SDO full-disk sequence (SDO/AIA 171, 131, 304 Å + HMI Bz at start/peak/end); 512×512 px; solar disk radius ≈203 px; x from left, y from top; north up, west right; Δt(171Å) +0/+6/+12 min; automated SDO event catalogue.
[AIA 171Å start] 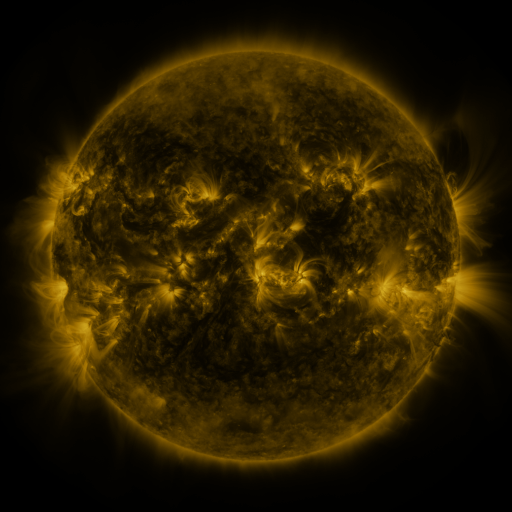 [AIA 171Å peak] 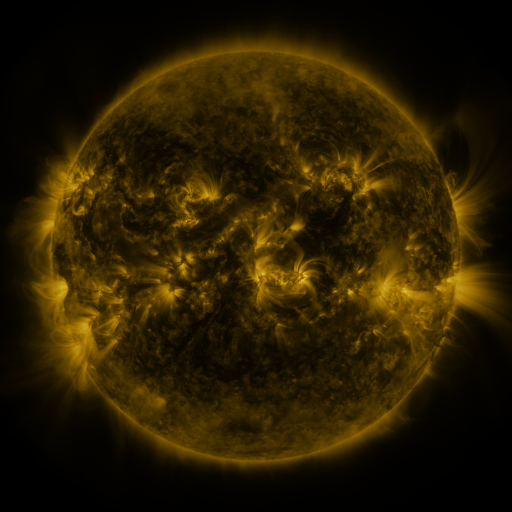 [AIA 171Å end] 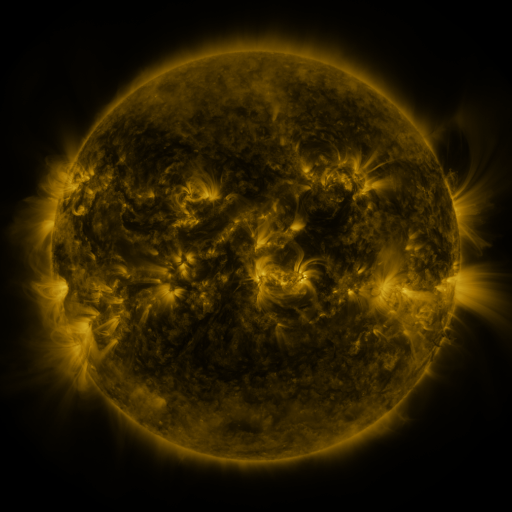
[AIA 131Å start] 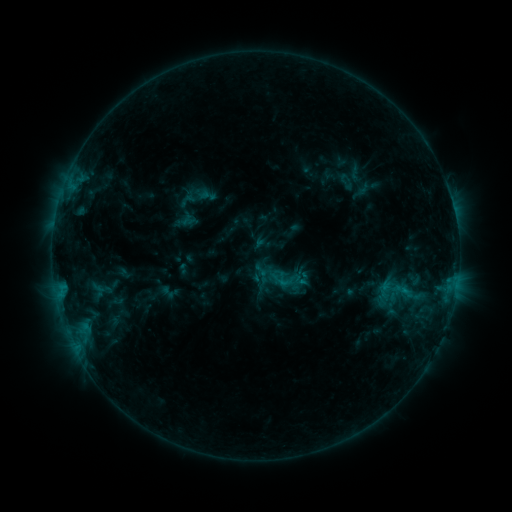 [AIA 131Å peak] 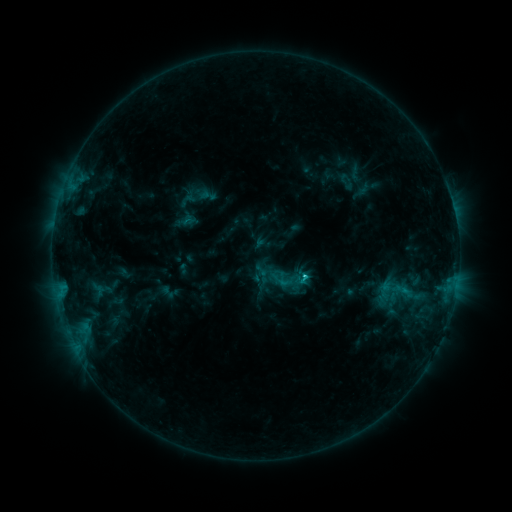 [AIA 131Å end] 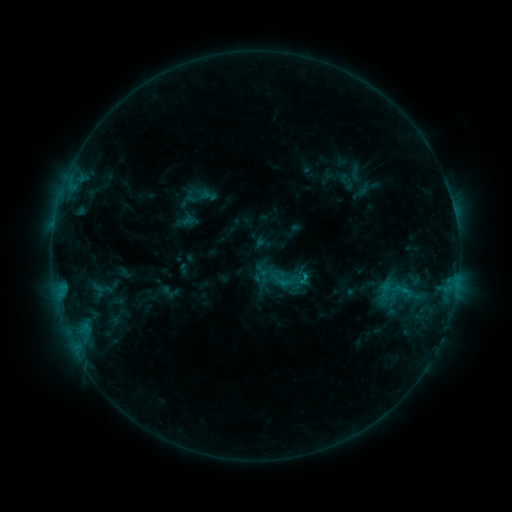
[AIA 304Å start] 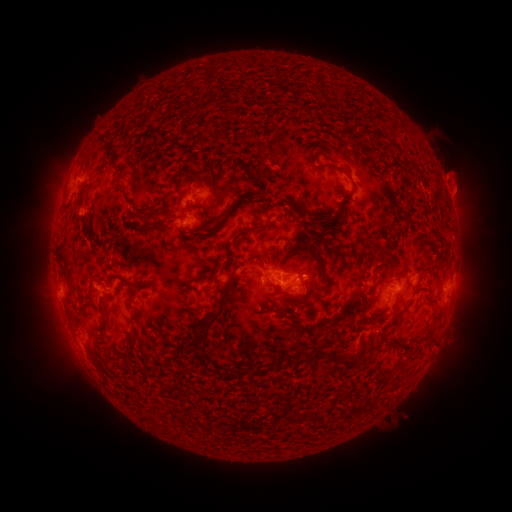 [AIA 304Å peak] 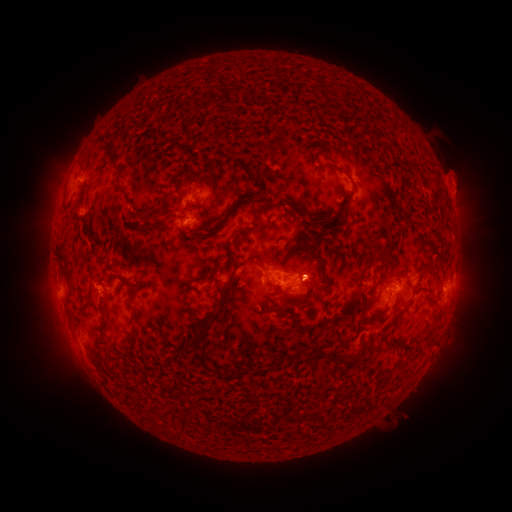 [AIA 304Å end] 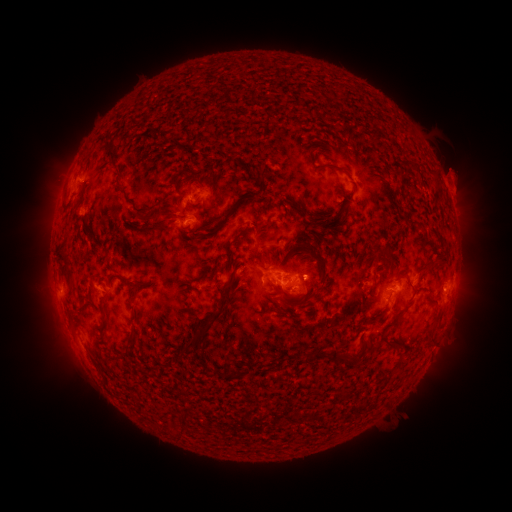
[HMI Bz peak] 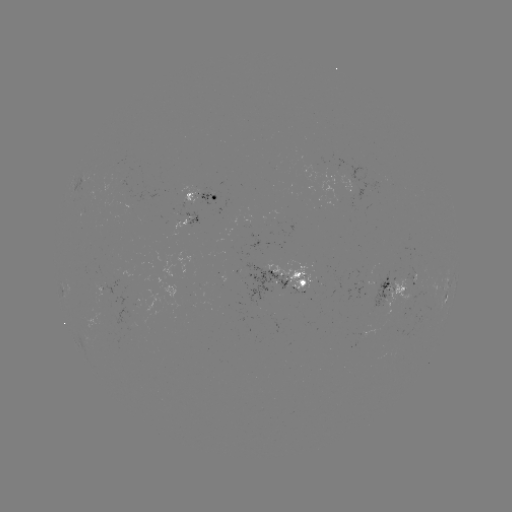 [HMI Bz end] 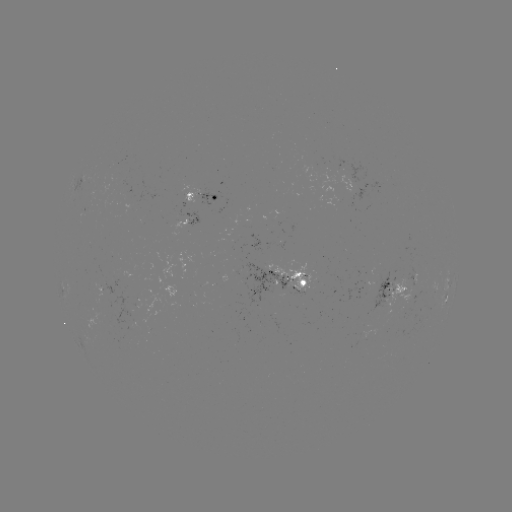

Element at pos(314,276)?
eruption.